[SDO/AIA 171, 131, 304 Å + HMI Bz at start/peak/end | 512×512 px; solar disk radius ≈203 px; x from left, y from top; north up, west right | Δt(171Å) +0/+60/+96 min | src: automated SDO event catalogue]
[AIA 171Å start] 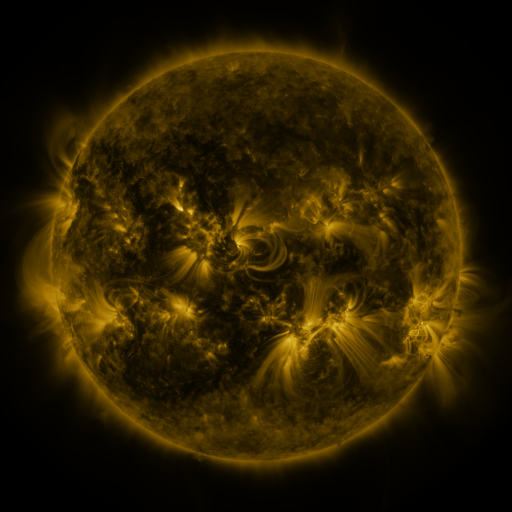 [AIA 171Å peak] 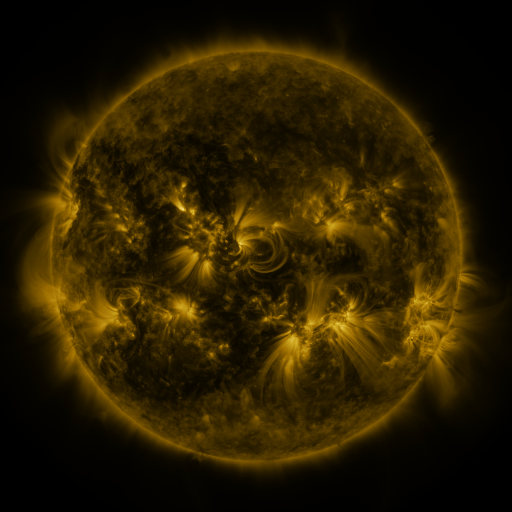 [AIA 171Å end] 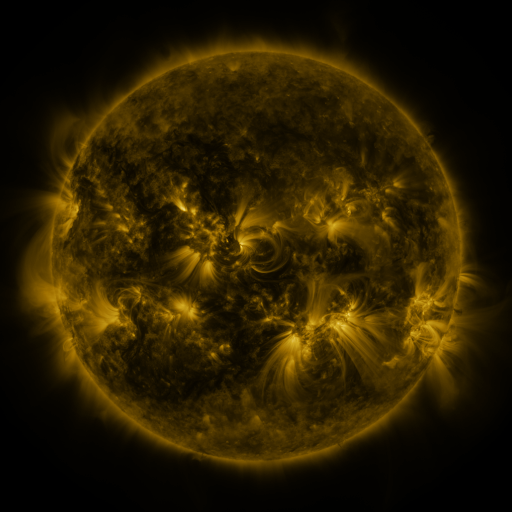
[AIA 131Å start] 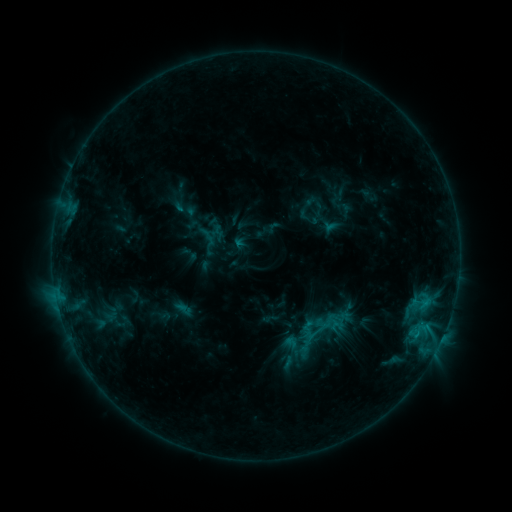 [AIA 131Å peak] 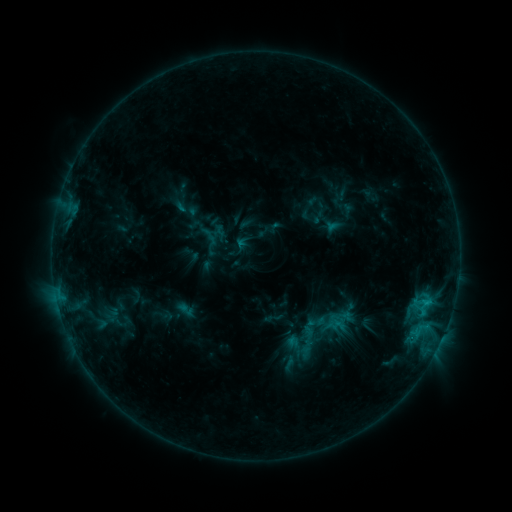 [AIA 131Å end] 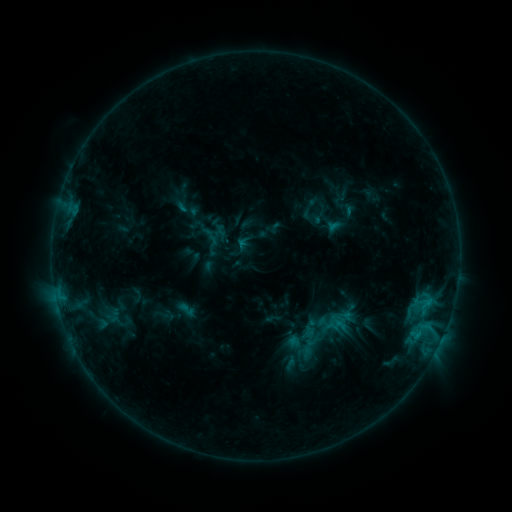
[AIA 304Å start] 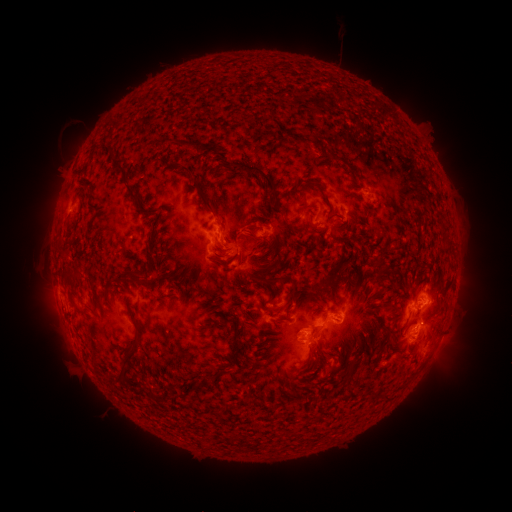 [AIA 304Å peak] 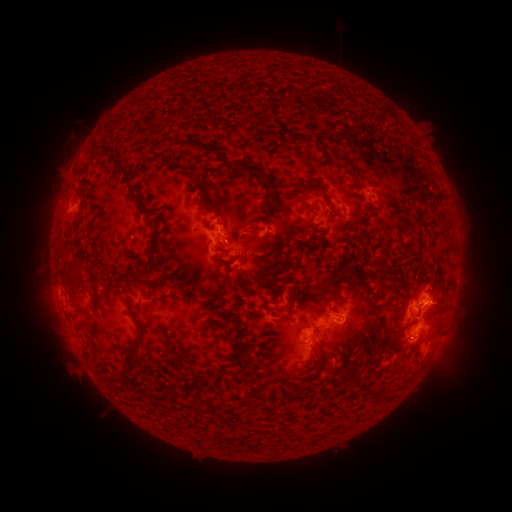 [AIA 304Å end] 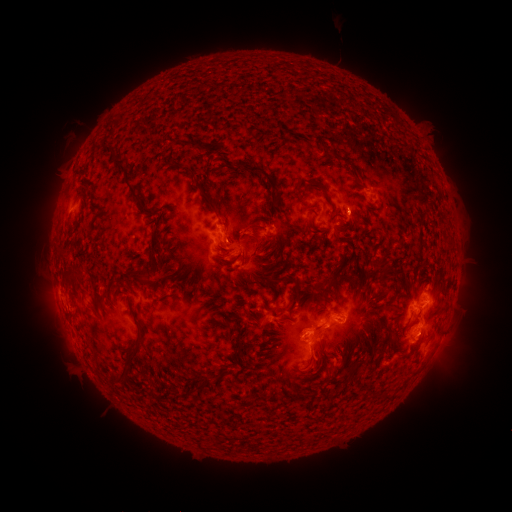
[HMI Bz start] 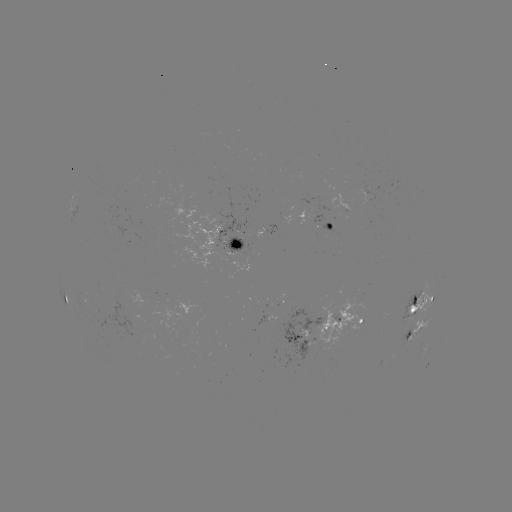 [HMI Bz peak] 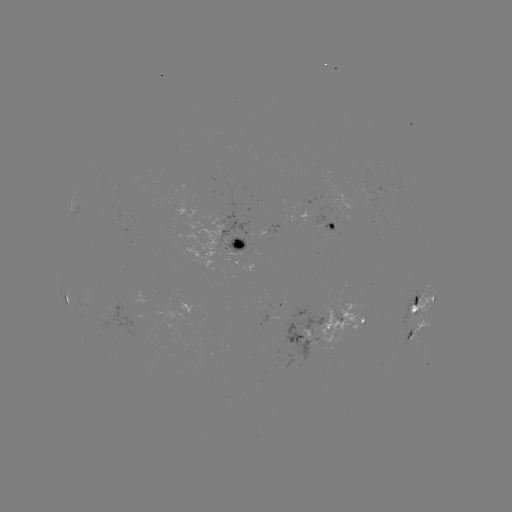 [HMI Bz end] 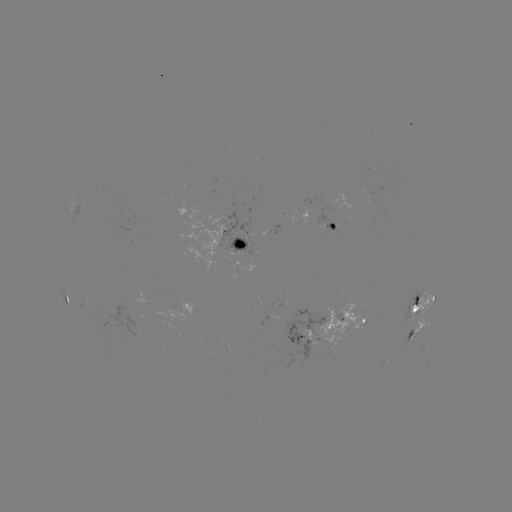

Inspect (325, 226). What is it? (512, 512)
emerging-flux region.